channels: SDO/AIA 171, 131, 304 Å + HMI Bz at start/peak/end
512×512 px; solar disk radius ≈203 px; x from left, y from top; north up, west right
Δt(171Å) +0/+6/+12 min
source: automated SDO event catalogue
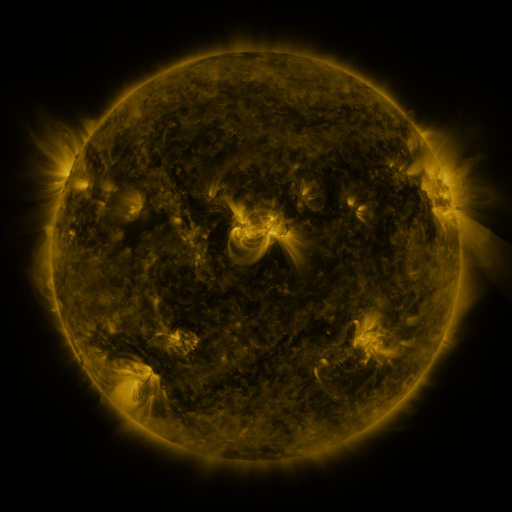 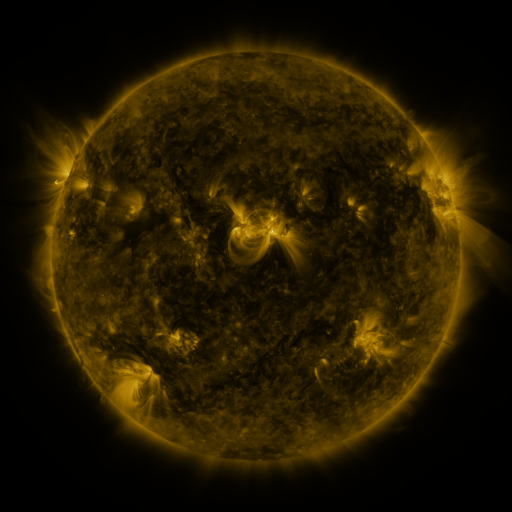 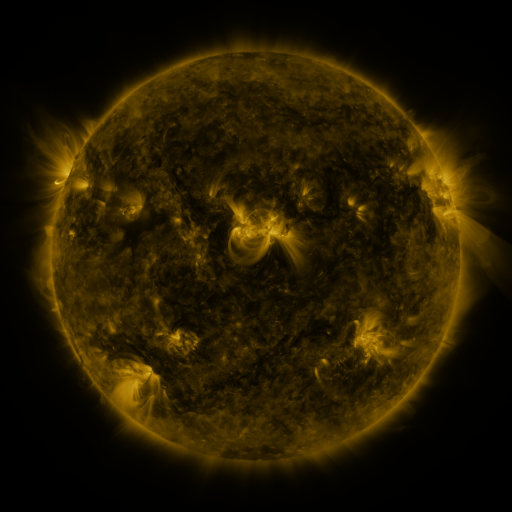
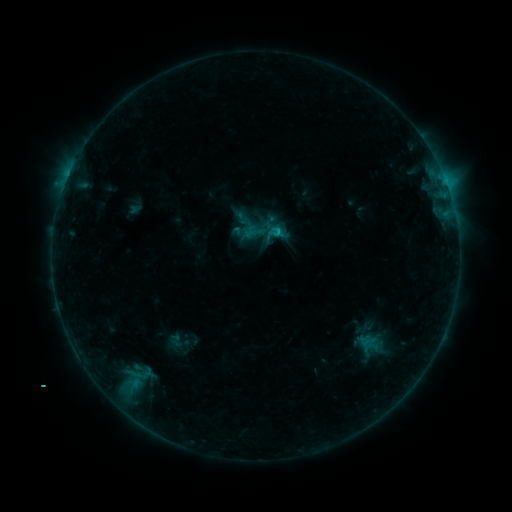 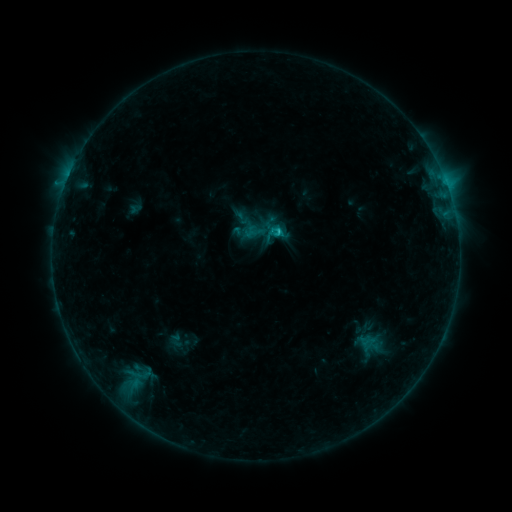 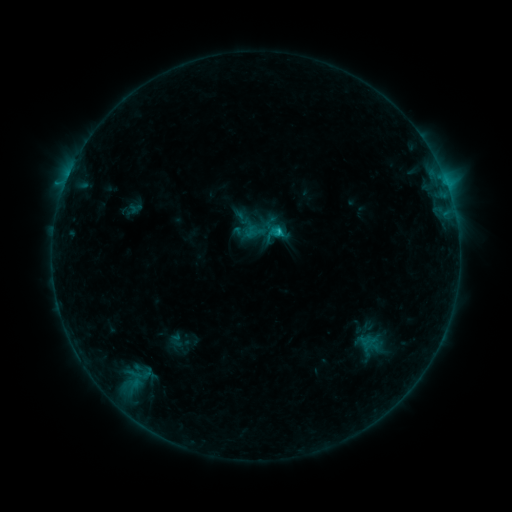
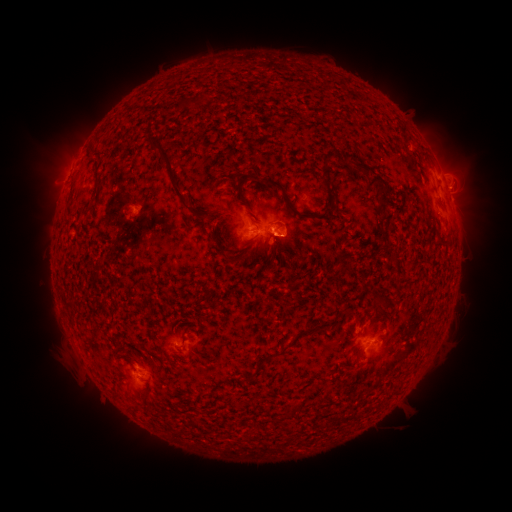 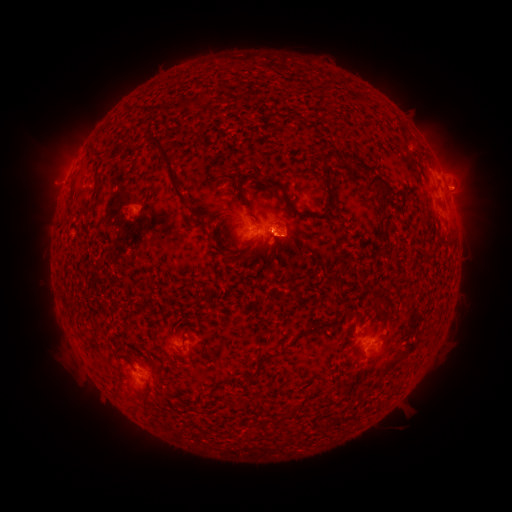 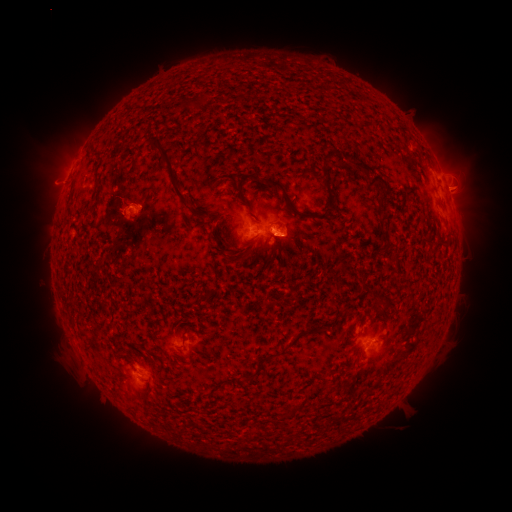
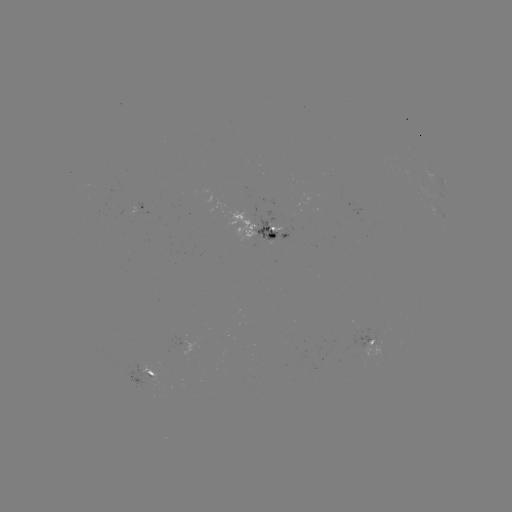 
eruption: (435, 161, 487, 214)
